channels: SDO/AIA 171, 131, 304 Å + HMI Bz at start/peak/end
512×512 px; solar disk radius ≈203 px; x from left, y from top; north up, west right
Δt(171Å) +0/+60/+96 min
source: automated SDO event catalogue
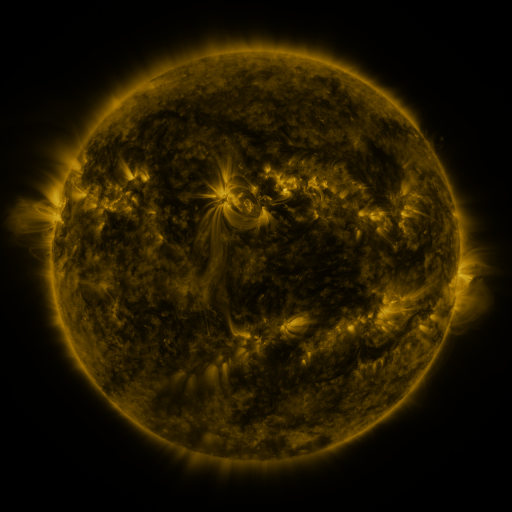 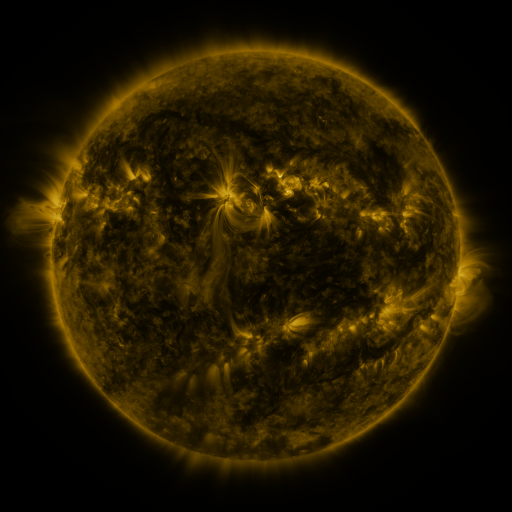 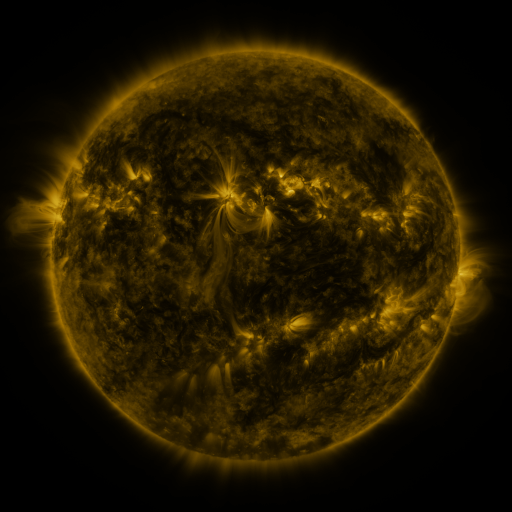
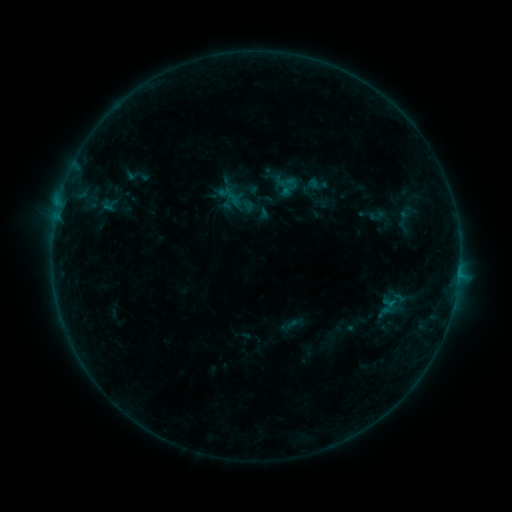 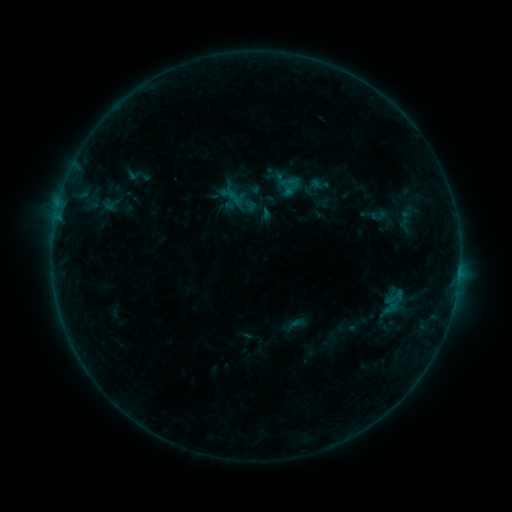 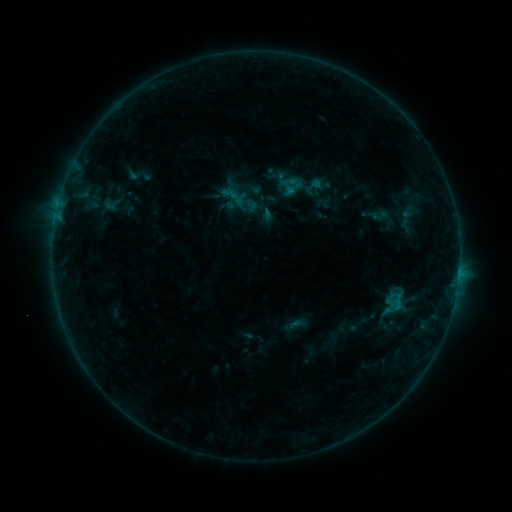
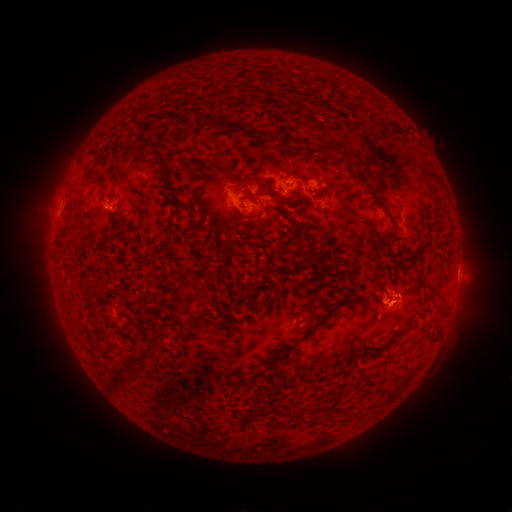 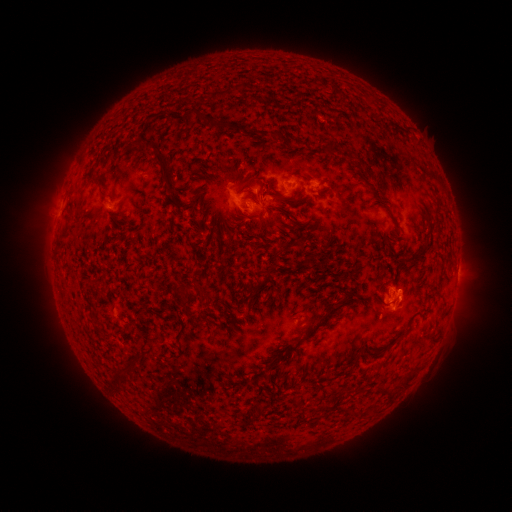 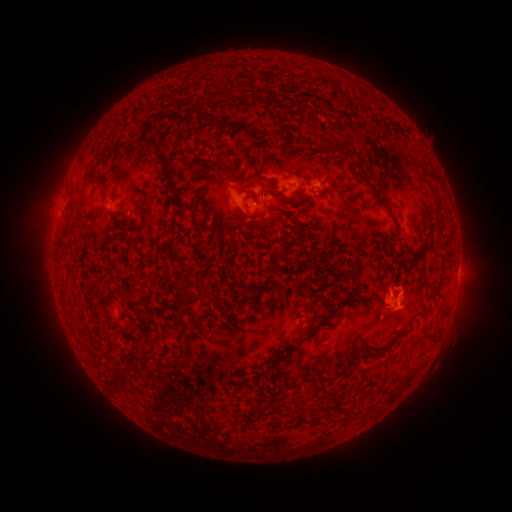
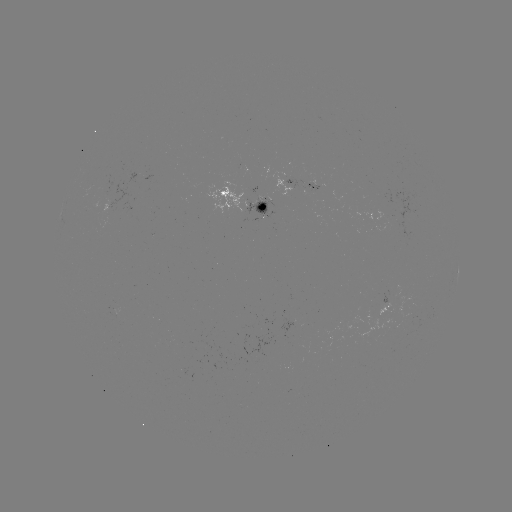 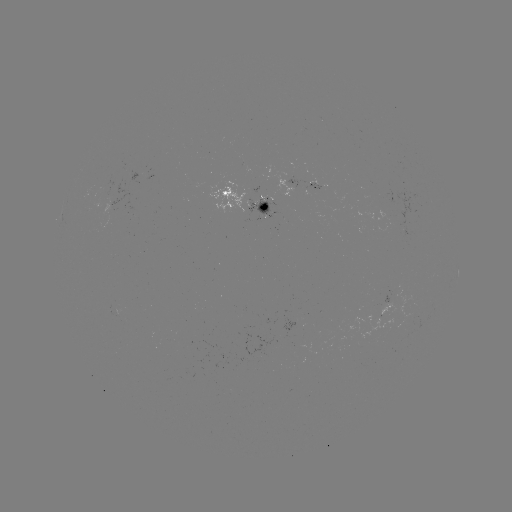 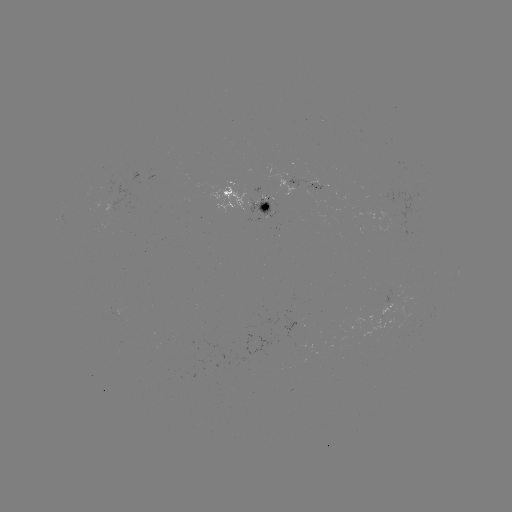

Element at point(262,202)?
emerging-flux region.